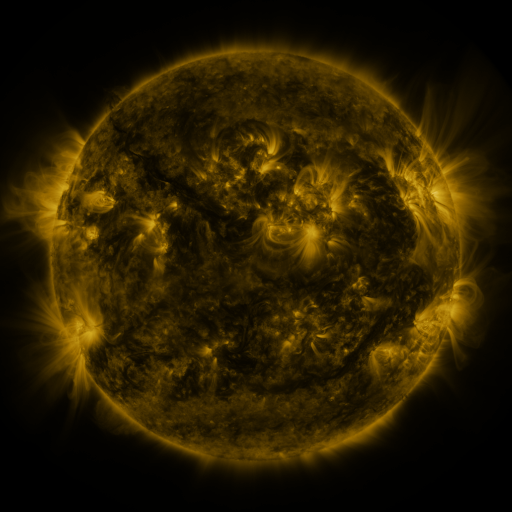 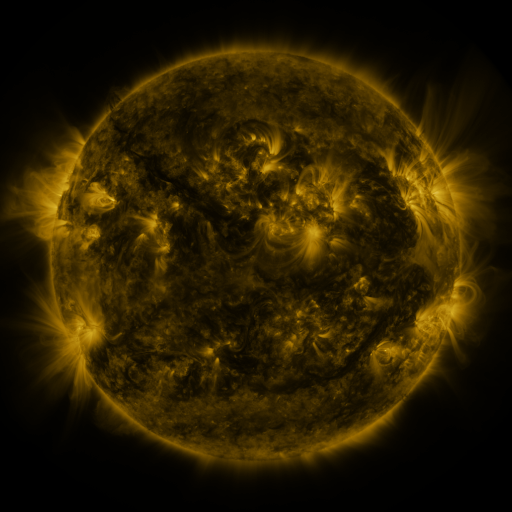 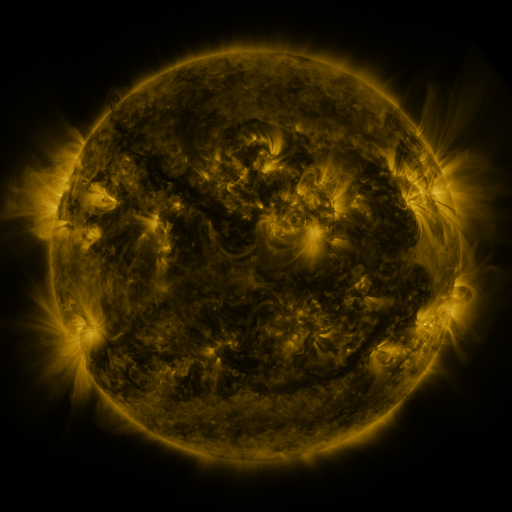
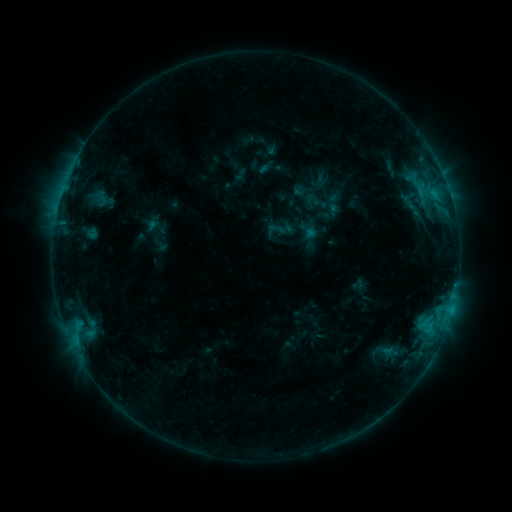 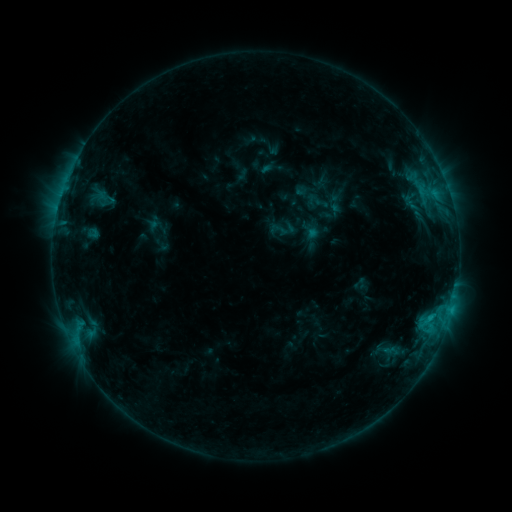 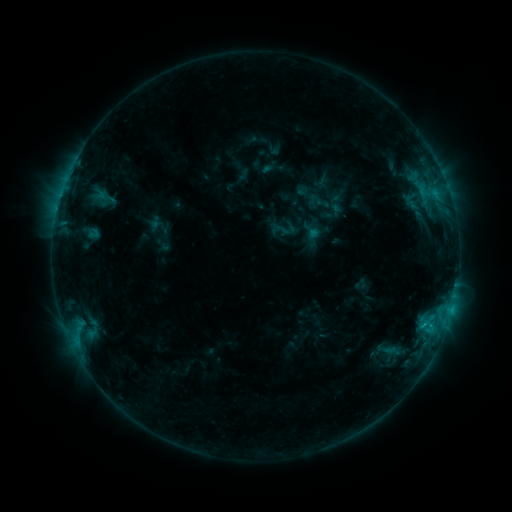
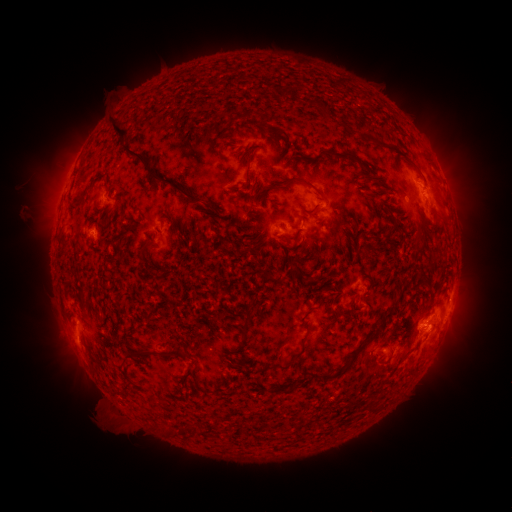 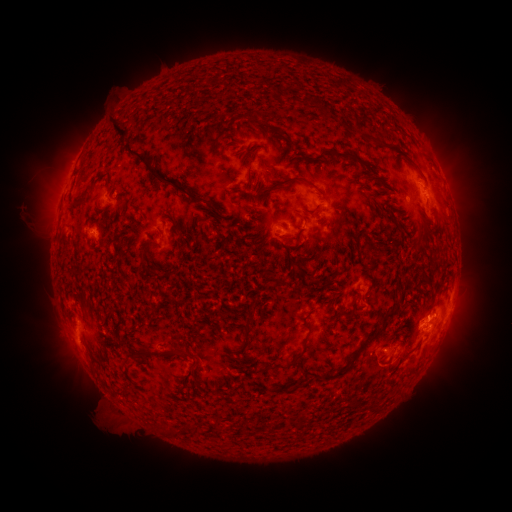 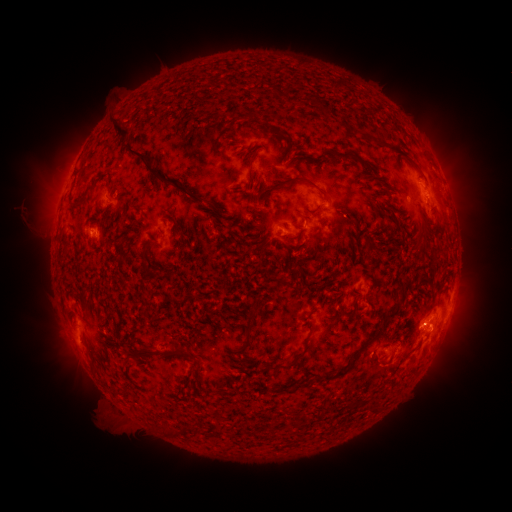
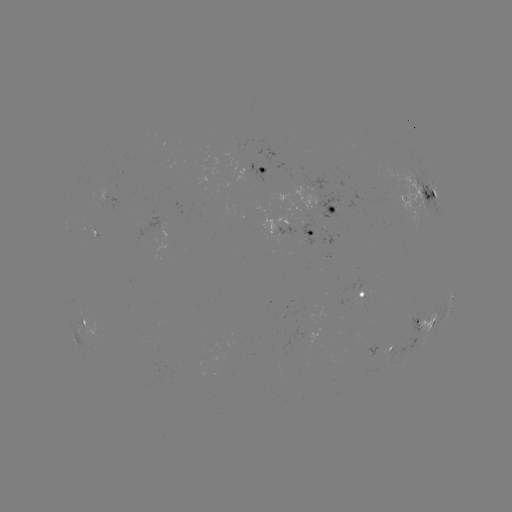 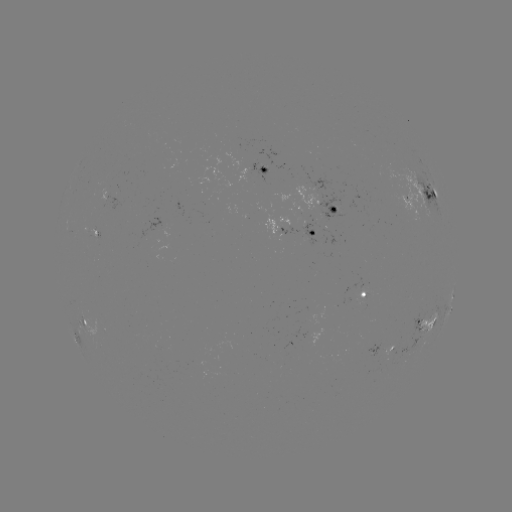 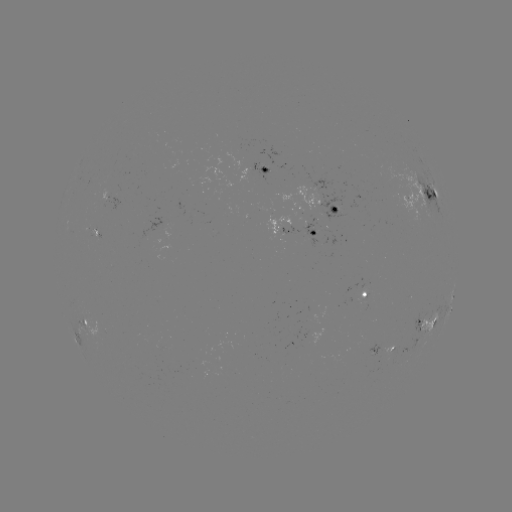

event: emerging-flux region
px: (112, 190)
